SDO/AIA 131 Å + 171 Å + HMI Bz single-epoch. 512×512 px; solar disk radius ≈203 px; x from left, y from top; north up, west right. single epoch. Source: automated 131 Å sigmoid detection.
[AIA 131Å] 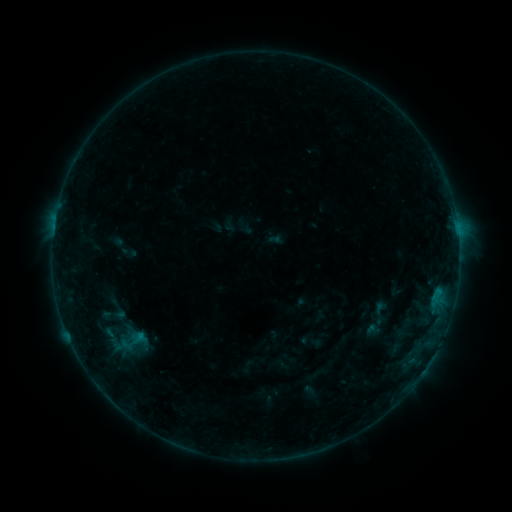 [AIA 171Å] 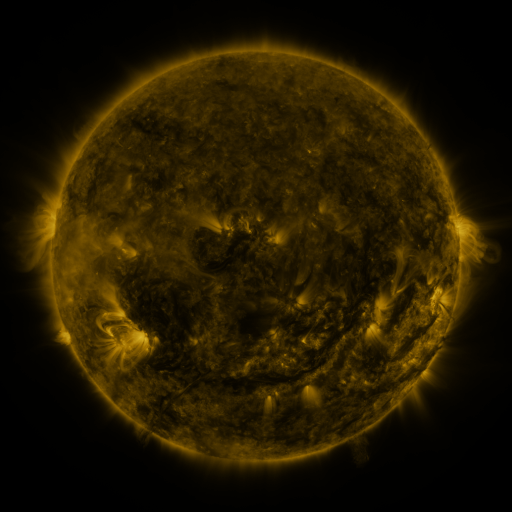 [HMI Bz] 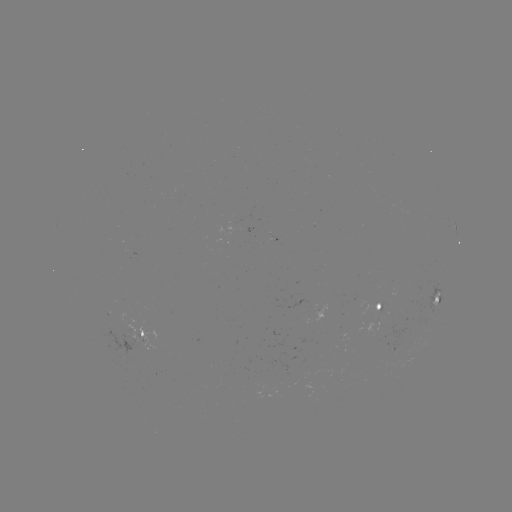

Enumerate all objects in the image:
sigmoid: (117, 310)
sigmoid: (131, 344)
